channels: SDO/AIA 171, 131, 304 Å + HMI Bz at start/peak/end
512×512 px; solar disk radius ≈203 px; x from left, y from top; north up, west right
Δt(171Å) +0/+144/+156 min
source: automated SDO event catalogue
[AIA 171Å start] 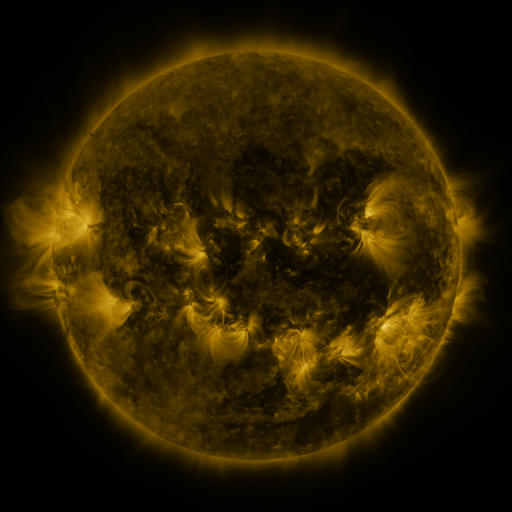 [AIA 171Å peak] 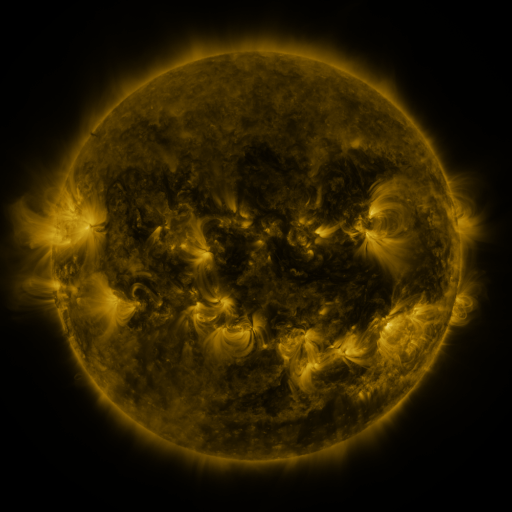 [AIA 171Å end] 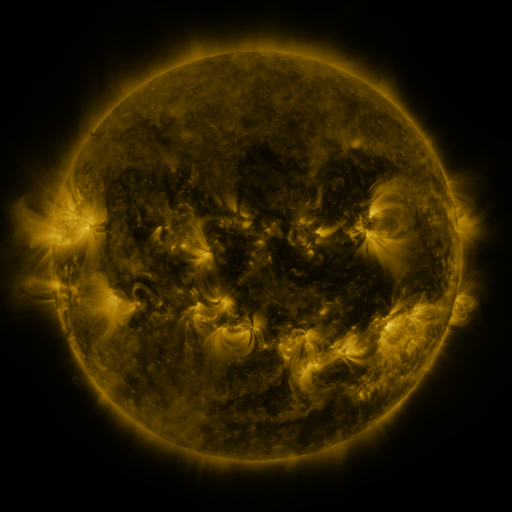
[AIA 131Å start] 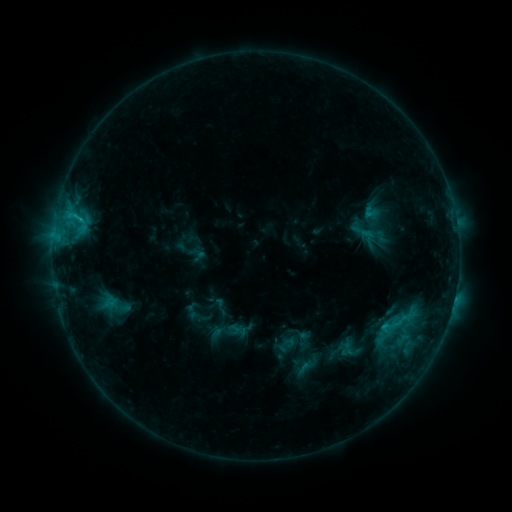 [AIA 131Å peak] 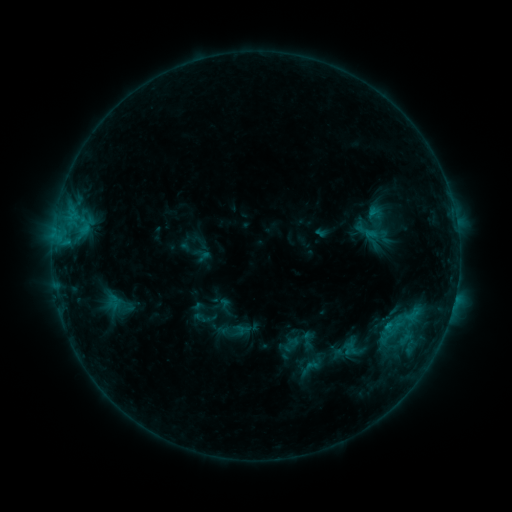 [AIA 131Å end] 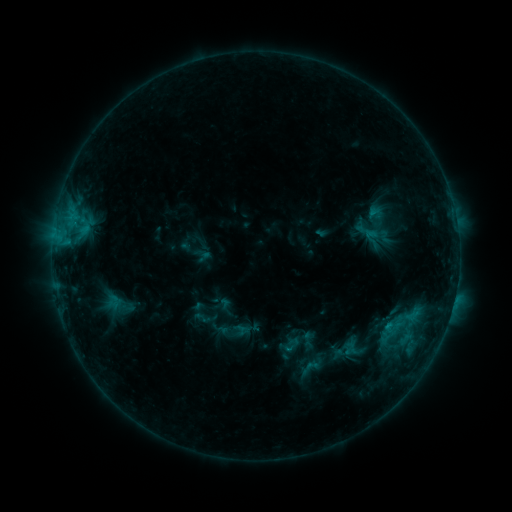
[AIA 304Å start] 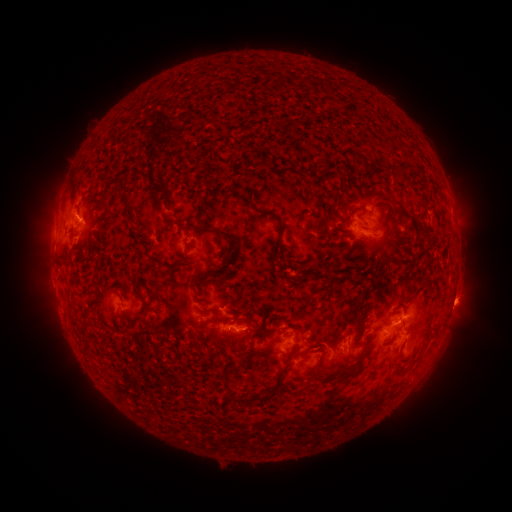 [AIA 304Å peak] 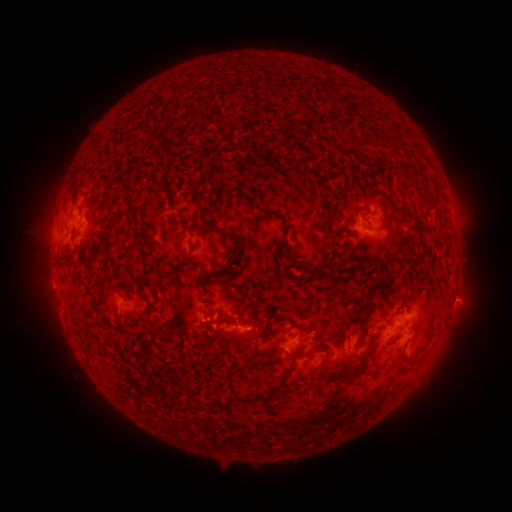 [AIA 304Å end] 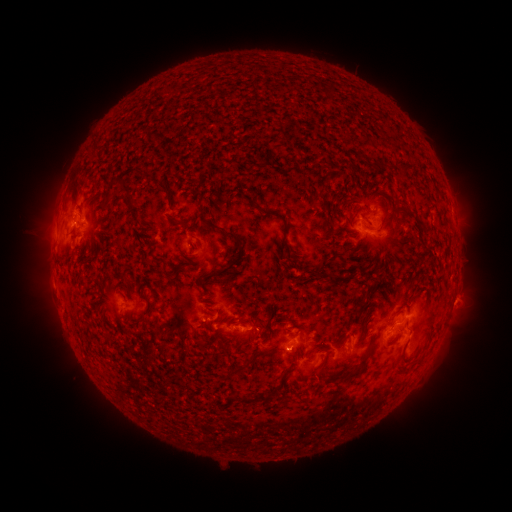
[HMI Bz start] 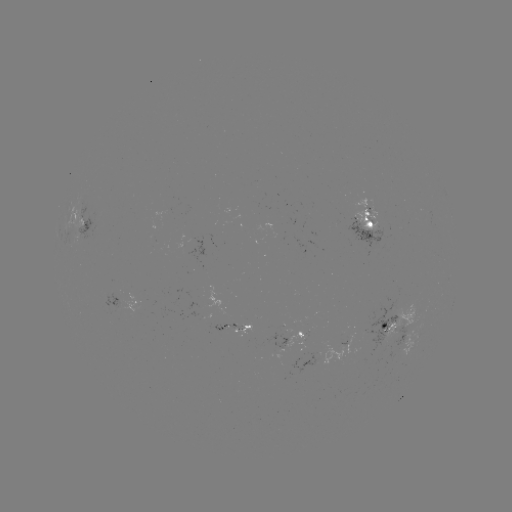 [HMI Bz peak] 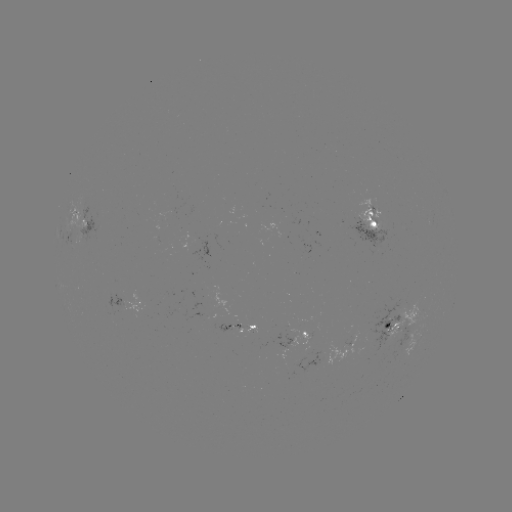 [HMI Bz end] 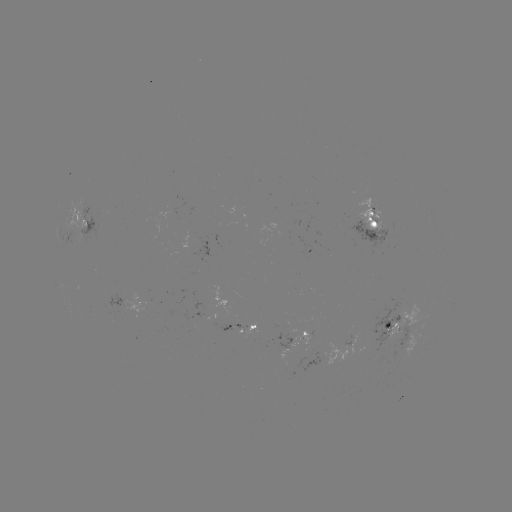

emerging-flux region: [237, 322, 256, 337]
